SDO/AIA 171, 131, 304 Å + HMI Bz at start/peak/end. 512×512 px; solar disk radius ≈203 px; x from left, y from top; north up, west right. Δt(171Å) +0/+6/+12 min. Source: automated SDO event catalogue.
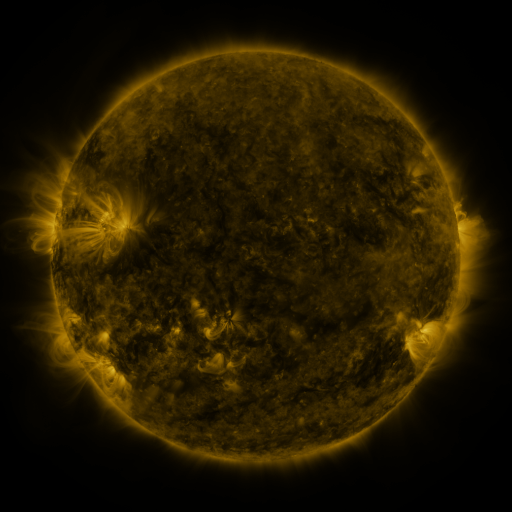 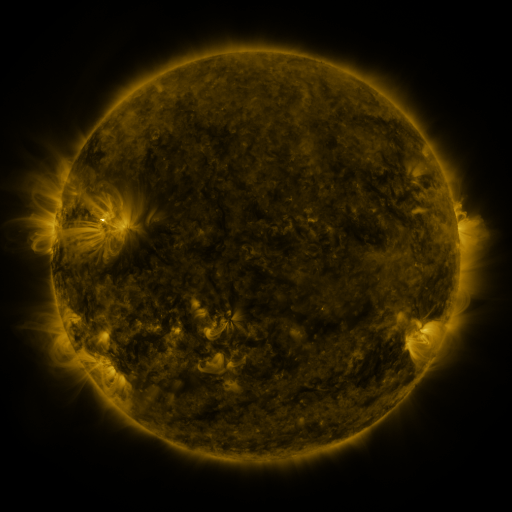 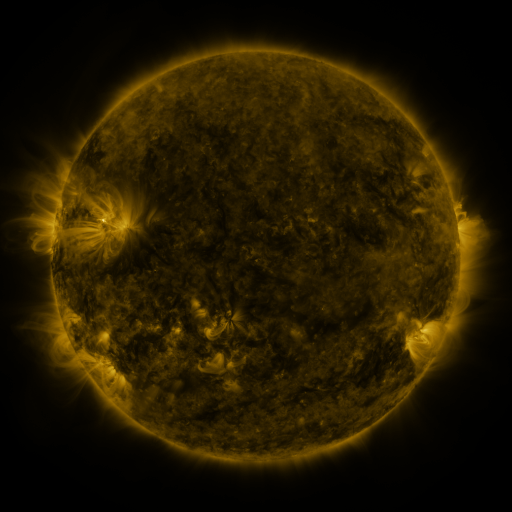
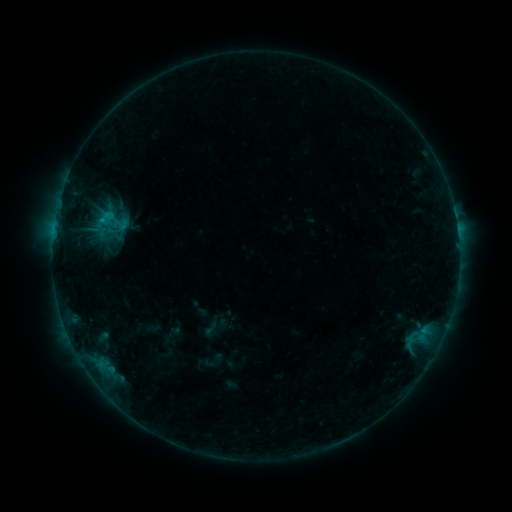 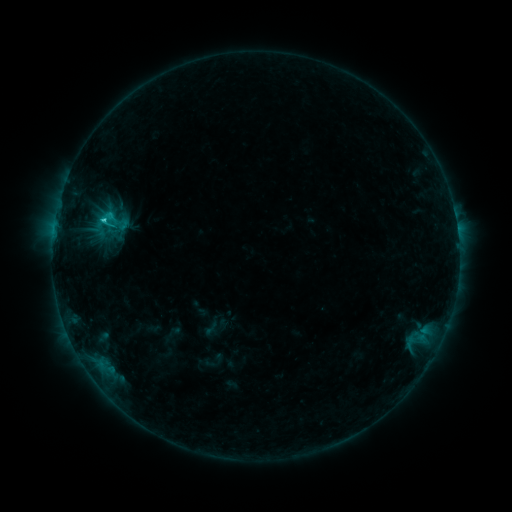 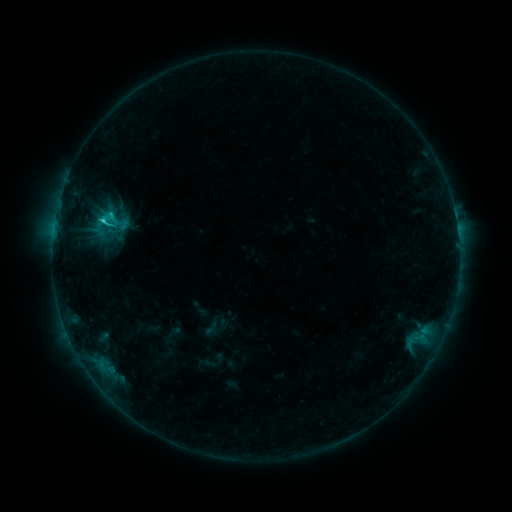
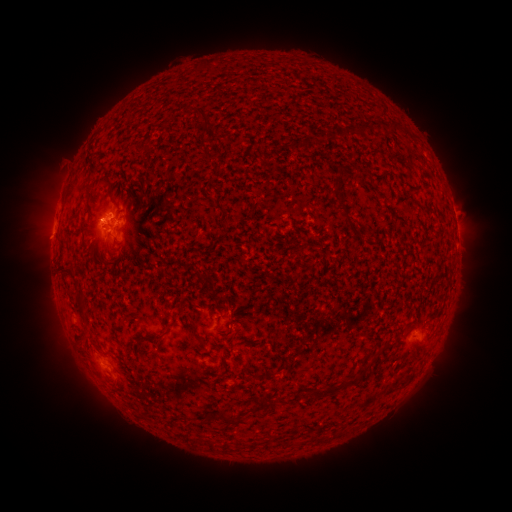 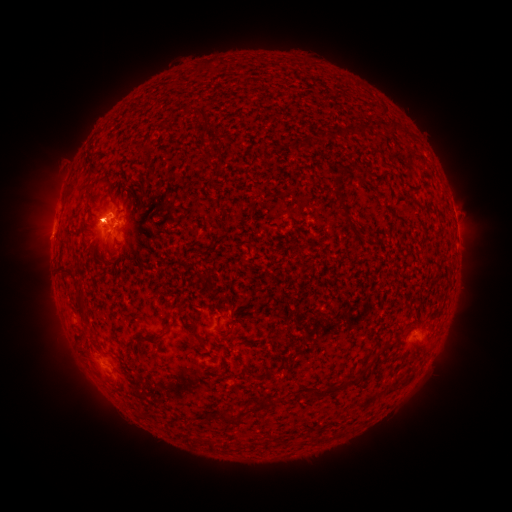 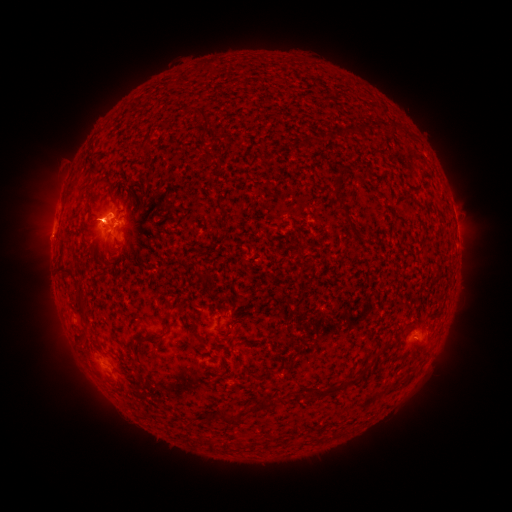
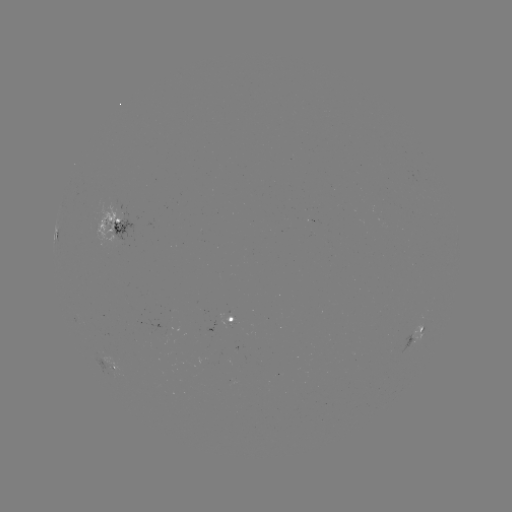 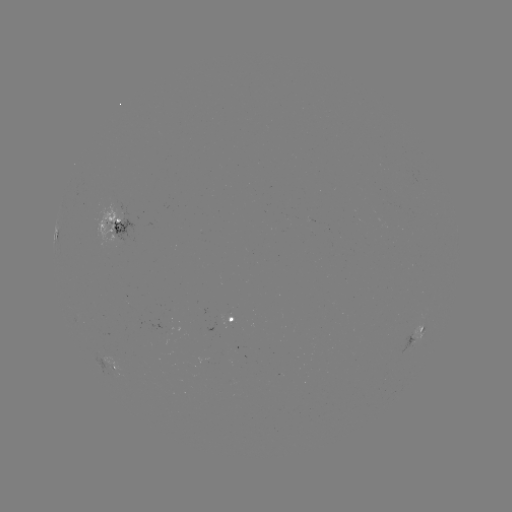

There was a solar flare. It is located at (103, 223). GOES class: C1.6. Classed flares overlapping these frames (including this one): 1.